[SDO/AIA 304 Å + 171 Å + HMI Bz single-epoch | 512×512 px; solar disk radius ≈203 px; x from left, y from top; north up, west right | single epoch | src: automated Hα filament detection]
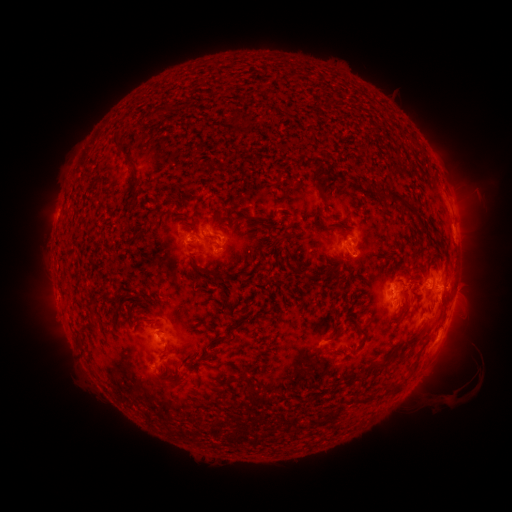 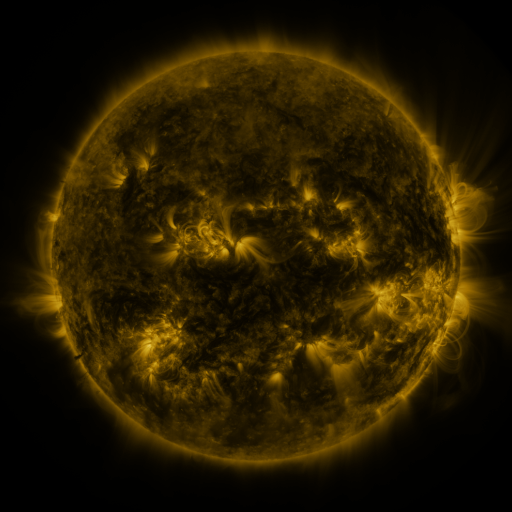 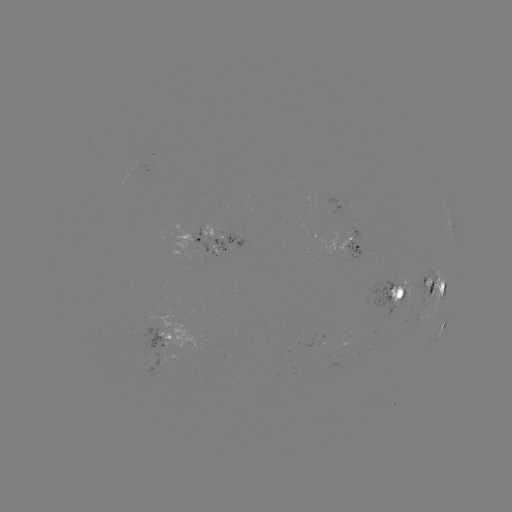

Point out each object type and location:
filament: (327, 100)
filament: (239, 120)
filament: (117, 152)
filament: (126, 166)
filament: (314, 175)
filament: (135, 190)
filament: (400, 197)
filament: (281, 198)
filament: (422, 224)
filament: (325, 225)
filament: (217, 226)
filament: (250, 256)
filament: (195, 267)
filament: (333, 272)
filament: (314, 274)
filament: (444, 283)
filament: (236, 326)
filament: (361, 326)
filament: (411, 338)
filament: (385, 361)
filament: (180, 384)
filament: (250, 387)
filament: (396, 388)
